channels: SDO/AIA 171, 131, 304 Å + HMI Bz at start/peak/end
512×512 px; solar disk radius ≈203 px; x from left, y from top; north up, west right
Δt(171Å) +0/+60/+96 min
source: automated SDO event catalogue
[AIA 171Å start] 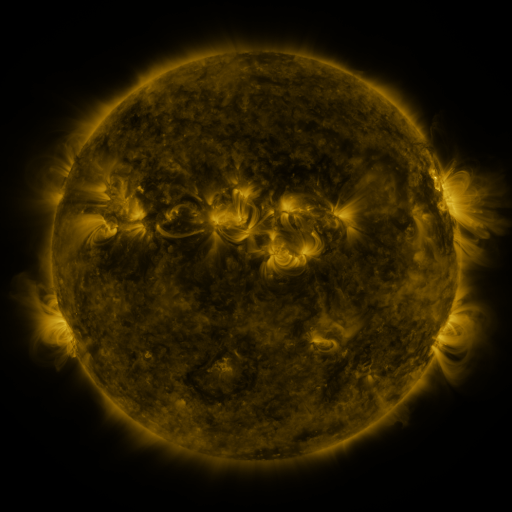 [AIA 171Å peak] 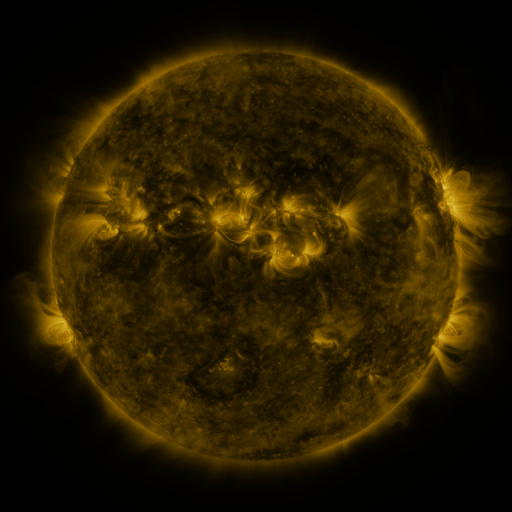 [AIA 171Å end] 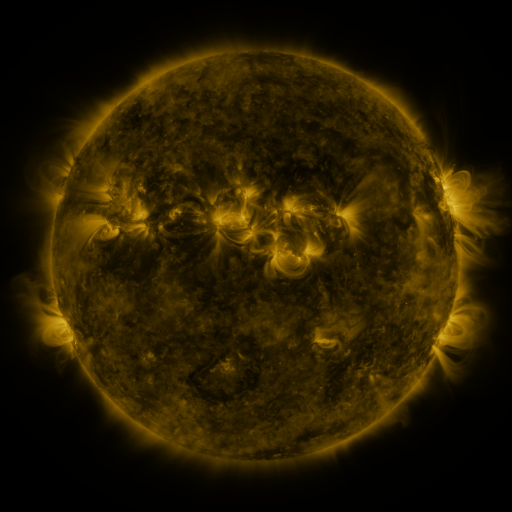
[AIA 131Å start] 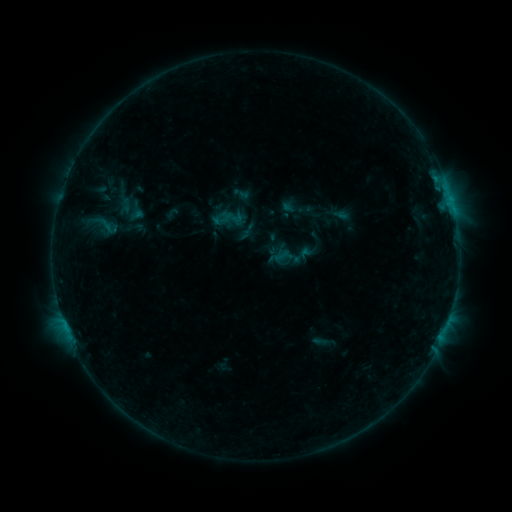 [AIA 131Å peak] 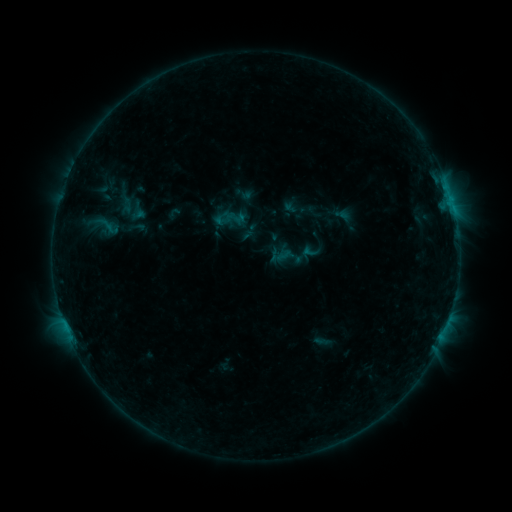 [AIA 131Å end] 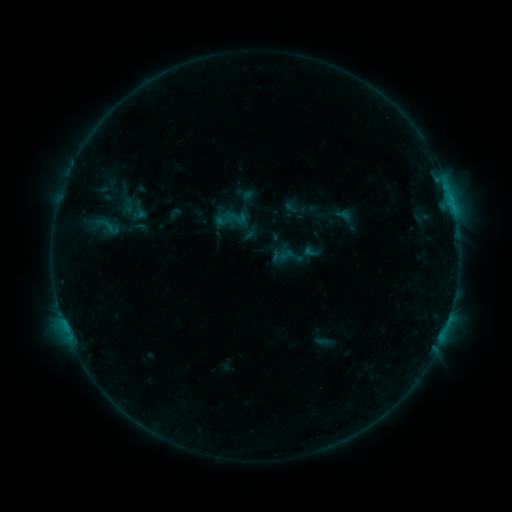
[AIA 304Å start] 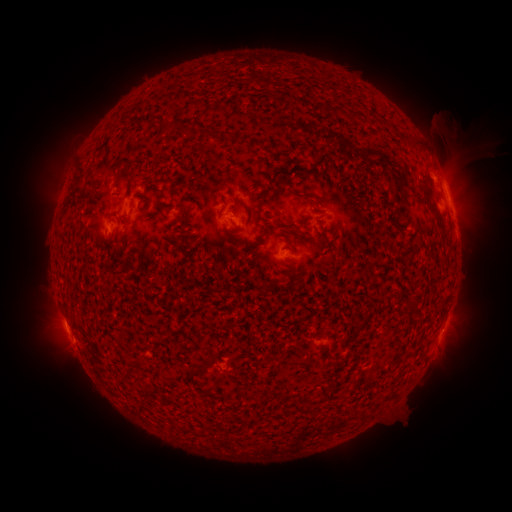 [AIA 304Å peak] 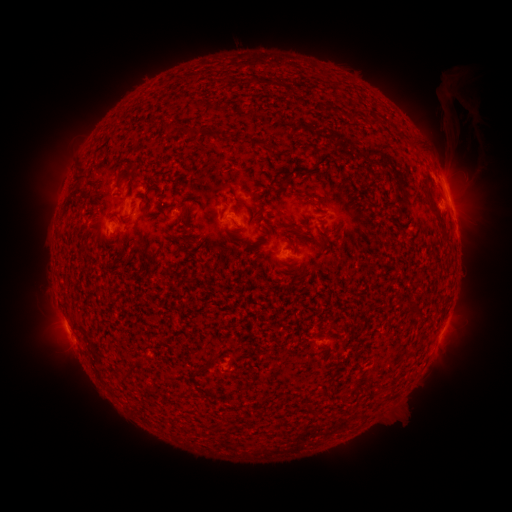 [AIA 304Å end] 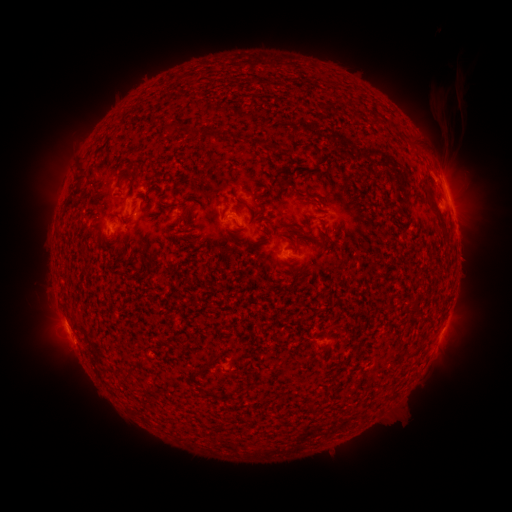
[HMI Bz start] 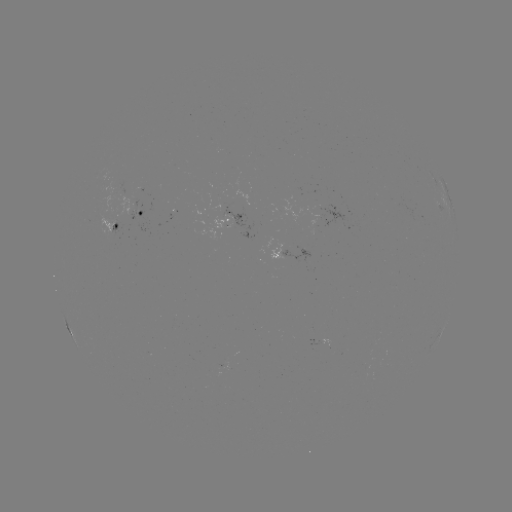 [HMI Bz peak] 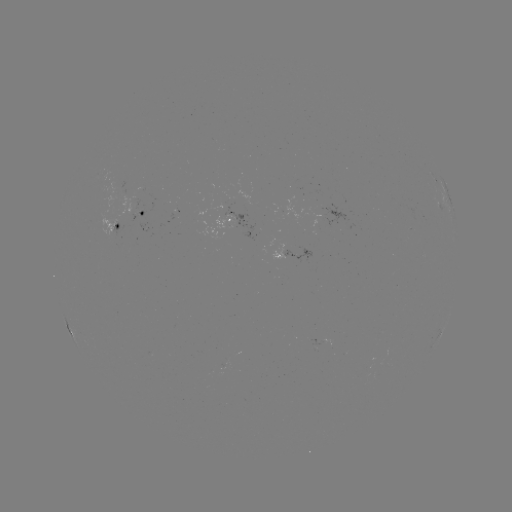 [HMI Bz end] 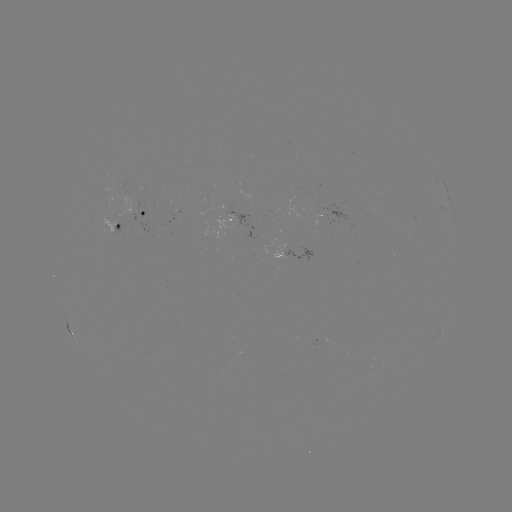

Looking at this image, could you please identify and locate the emerging-flux region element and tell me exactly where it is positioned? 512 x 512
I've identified emerging-flux region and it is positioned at (135, 197).